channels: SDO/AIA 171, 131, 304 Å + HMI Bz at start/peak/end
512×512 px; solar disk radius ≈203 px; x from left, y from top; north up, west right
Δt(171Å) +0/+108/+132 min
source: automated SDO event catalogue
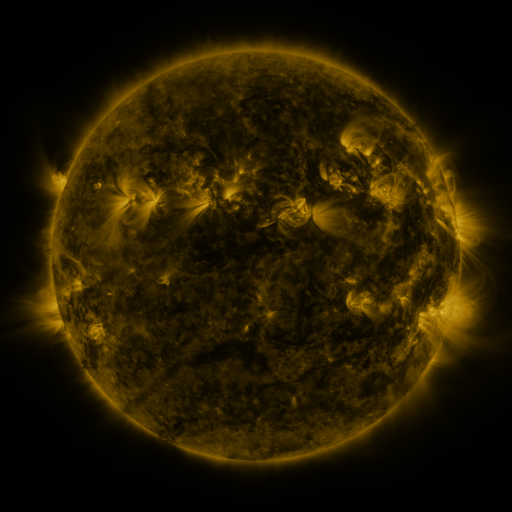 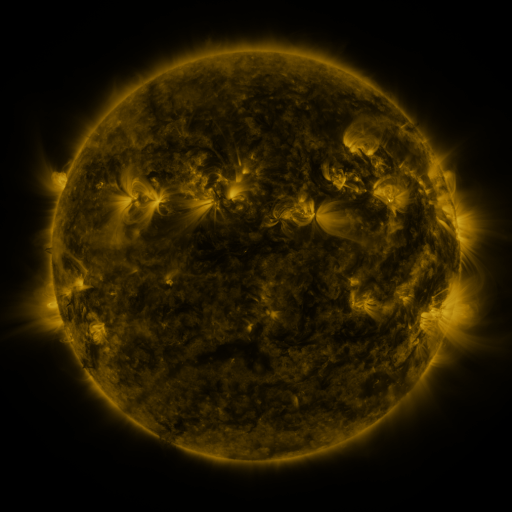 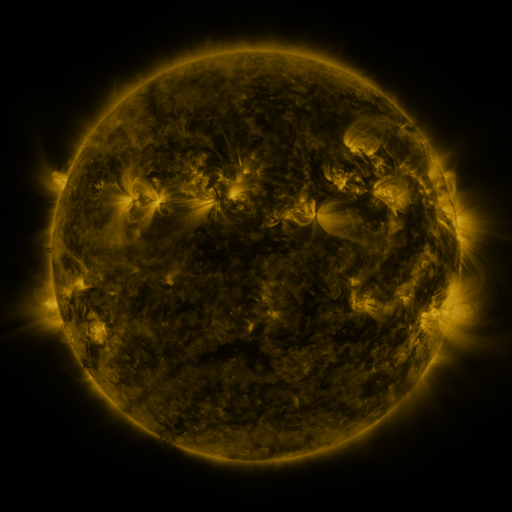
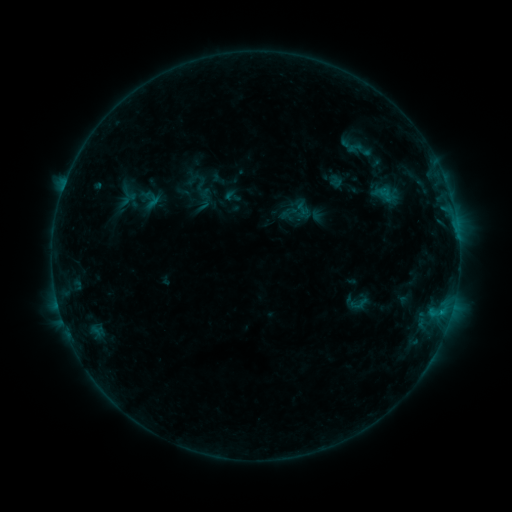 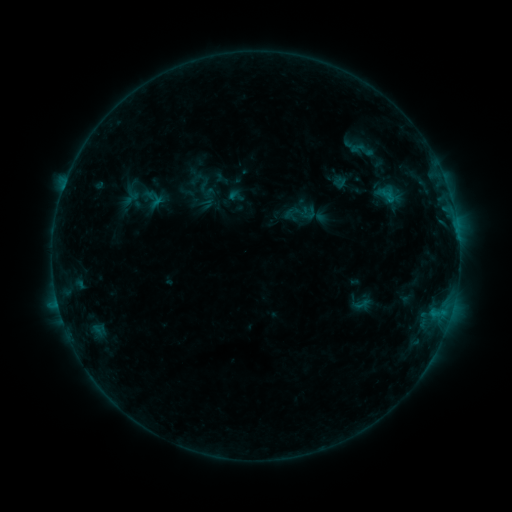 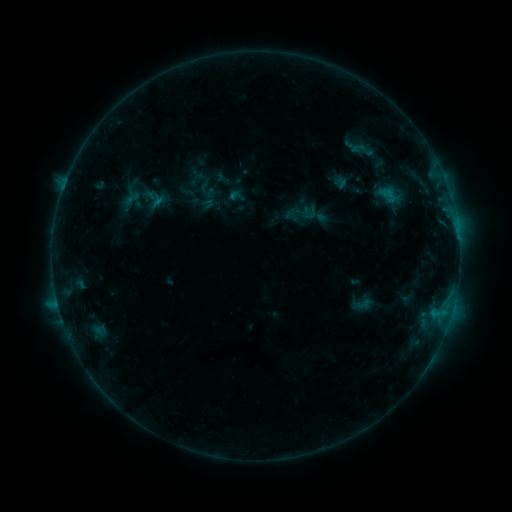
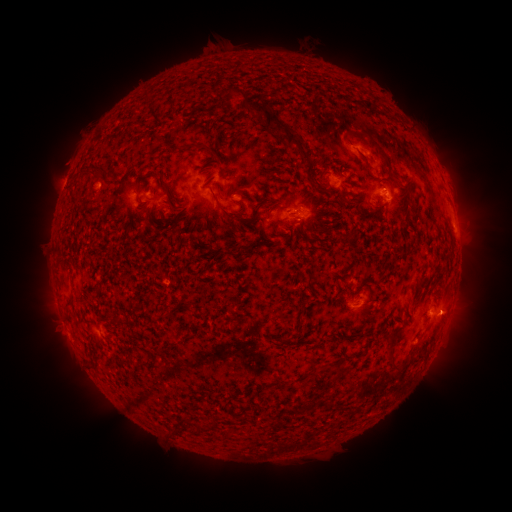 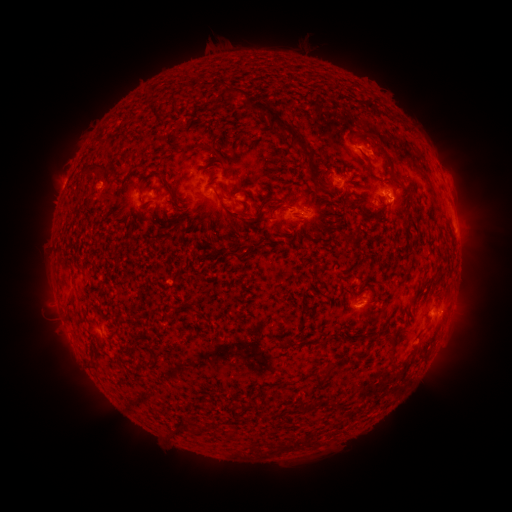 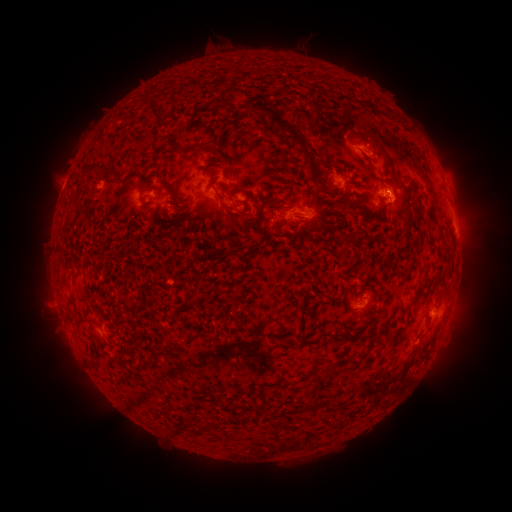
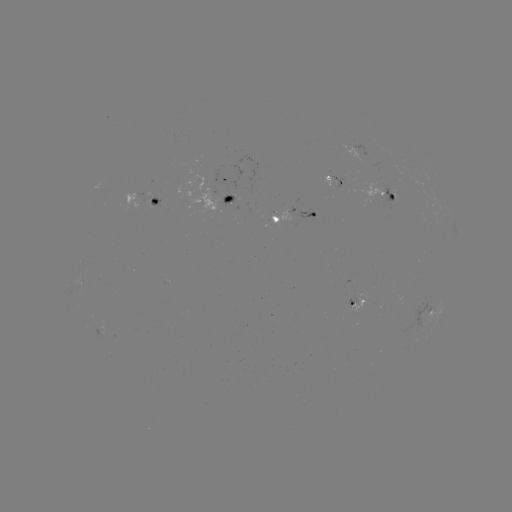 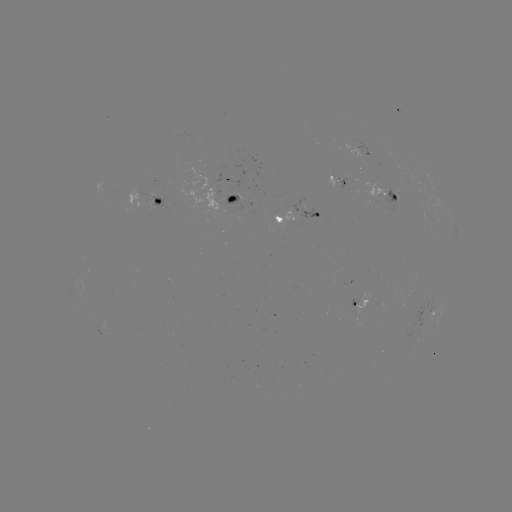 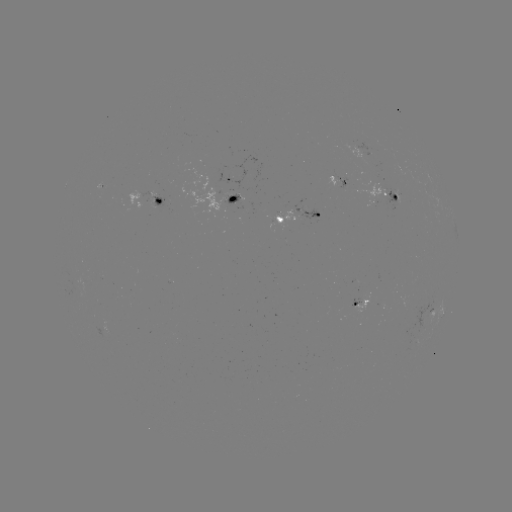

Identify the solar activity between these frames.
emerging-flux region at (346, 185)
